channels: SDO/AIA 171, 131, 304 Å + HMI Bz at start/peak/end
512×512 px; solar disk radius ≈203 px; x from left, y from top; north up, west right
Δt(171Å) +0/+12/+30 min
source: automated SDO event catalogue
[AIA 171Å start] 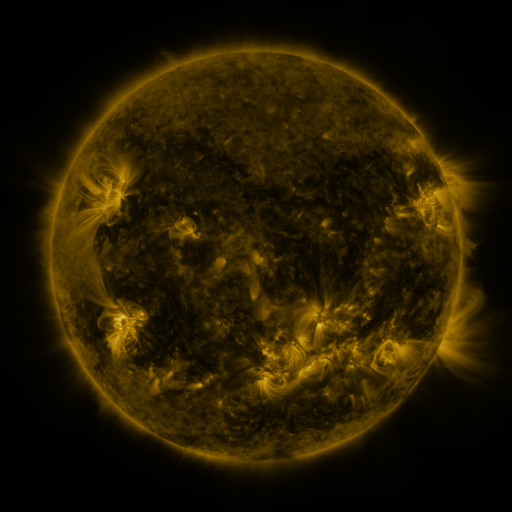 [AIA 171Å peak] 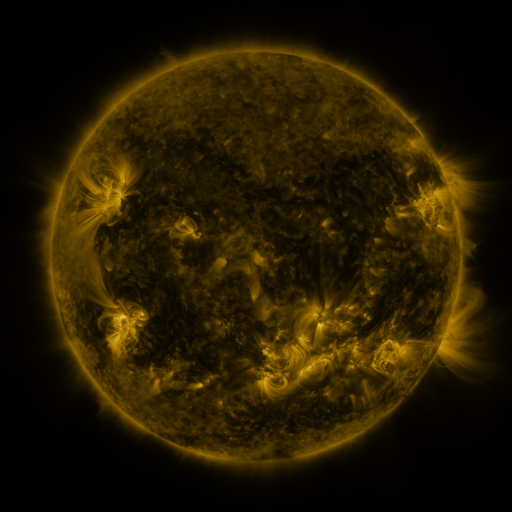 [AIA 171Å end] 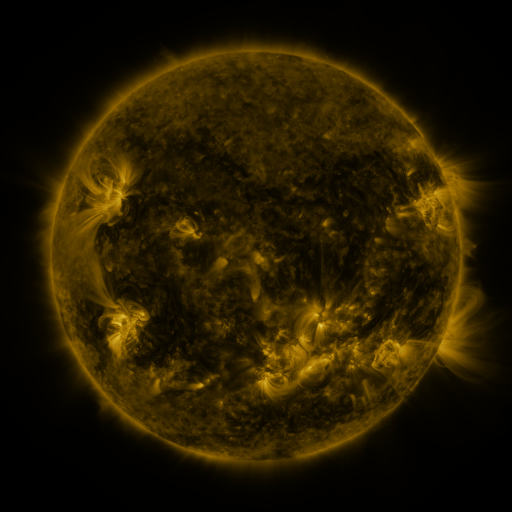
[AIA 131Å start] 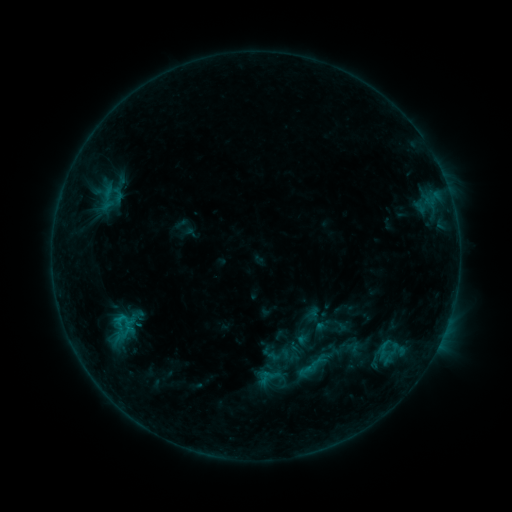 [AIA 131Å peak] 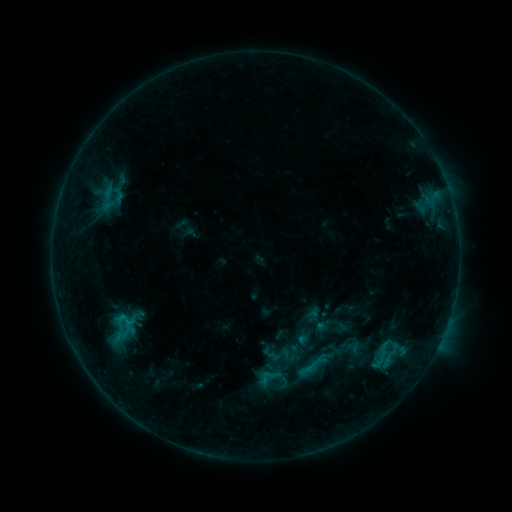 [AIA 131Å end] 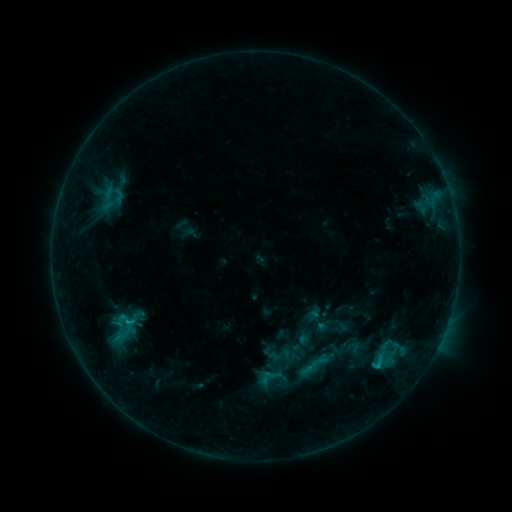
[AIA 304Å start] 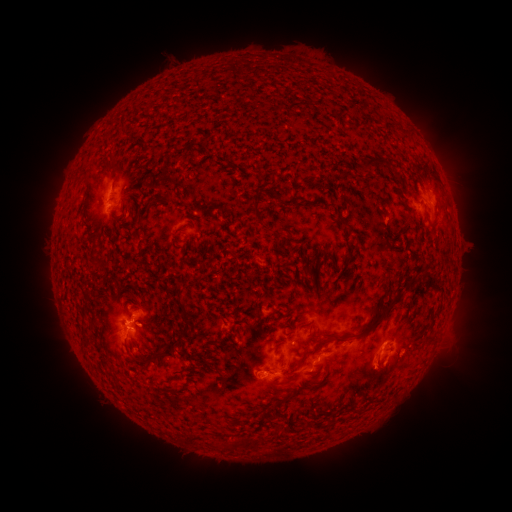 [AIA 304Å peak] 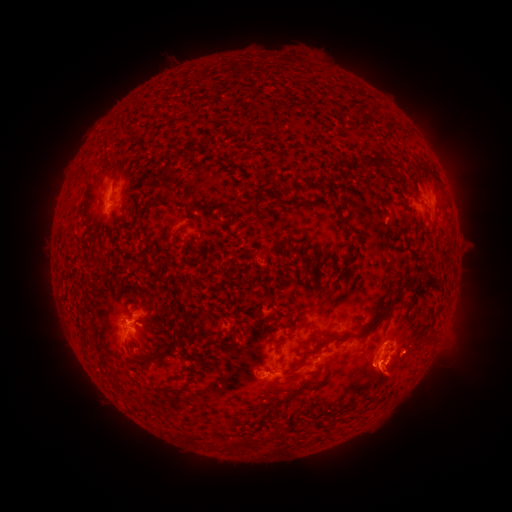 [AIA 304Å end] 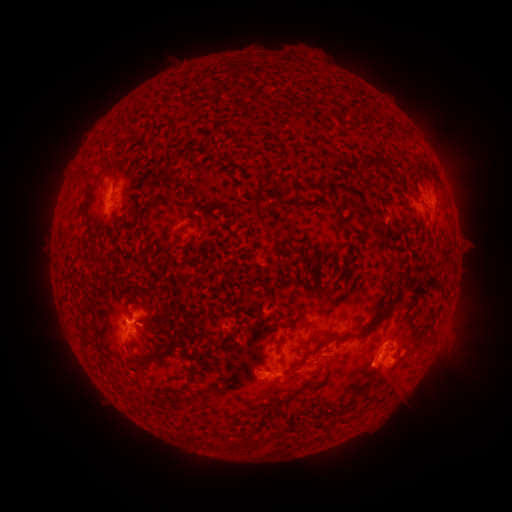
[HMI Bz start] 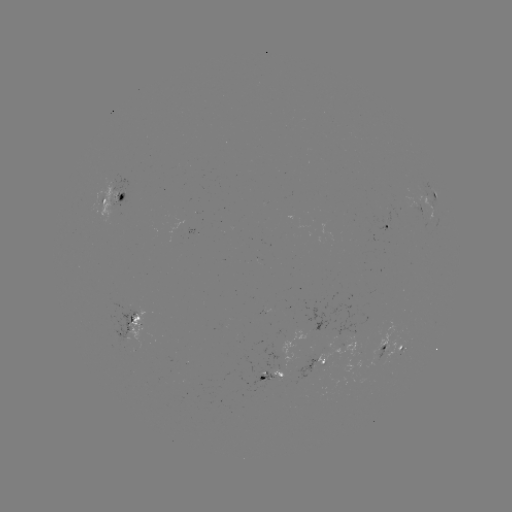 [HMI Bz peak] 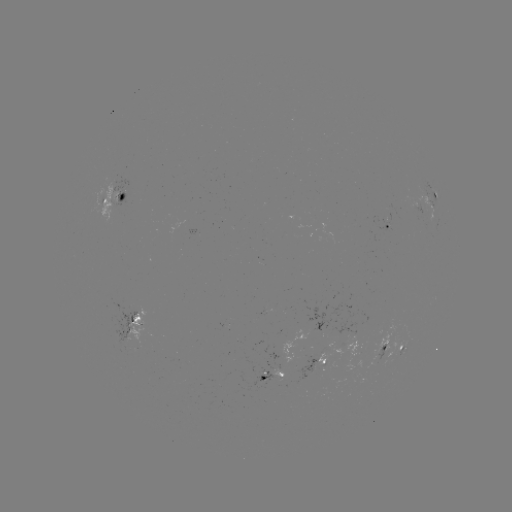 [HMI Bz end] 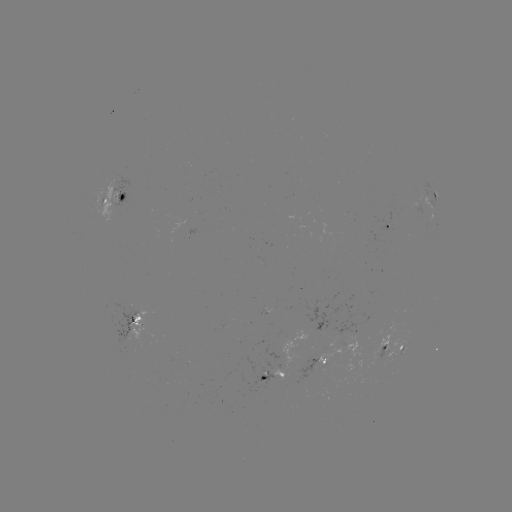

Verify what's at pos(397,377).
eruption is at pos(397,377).